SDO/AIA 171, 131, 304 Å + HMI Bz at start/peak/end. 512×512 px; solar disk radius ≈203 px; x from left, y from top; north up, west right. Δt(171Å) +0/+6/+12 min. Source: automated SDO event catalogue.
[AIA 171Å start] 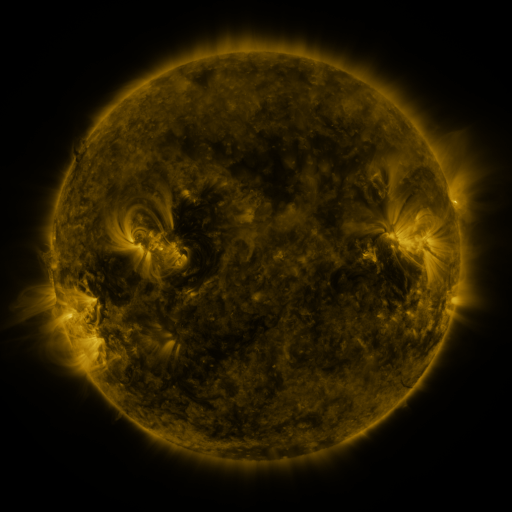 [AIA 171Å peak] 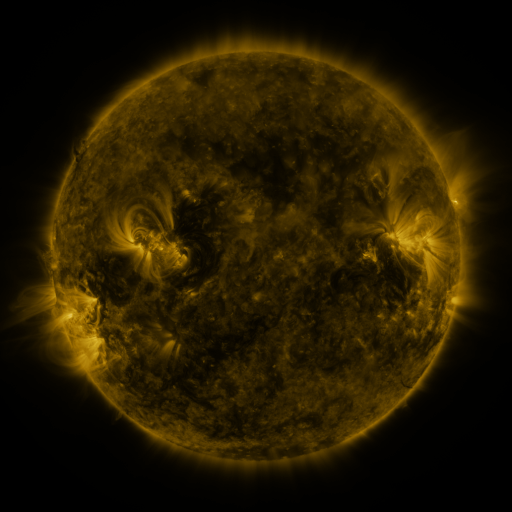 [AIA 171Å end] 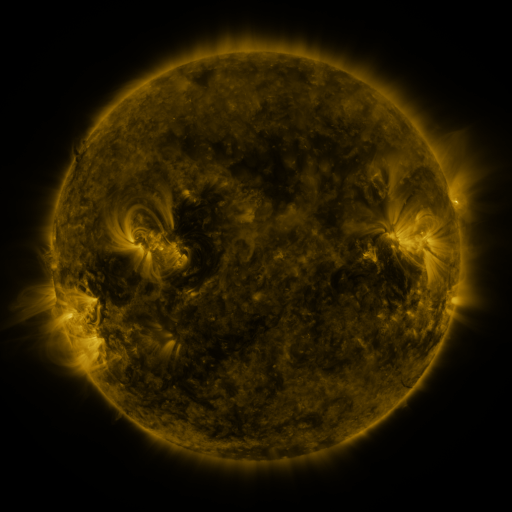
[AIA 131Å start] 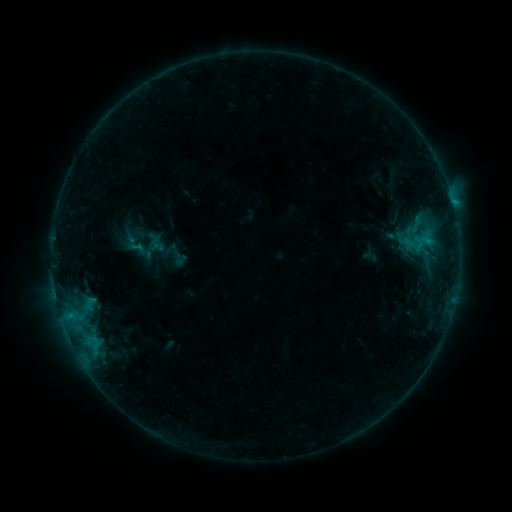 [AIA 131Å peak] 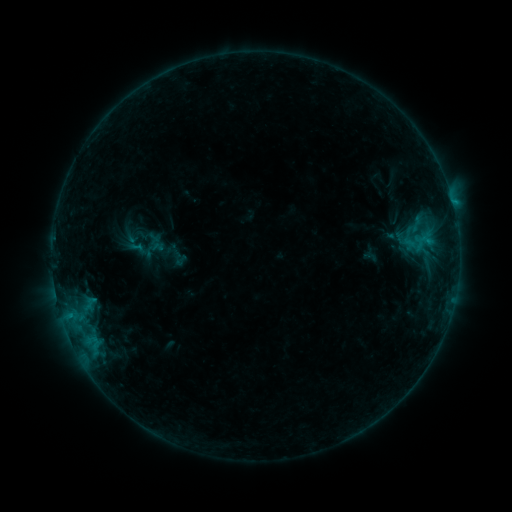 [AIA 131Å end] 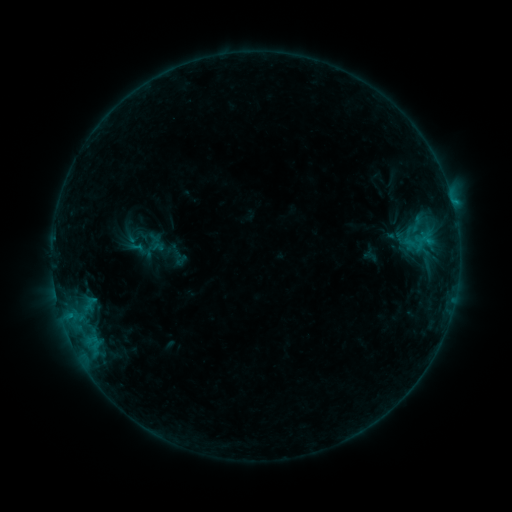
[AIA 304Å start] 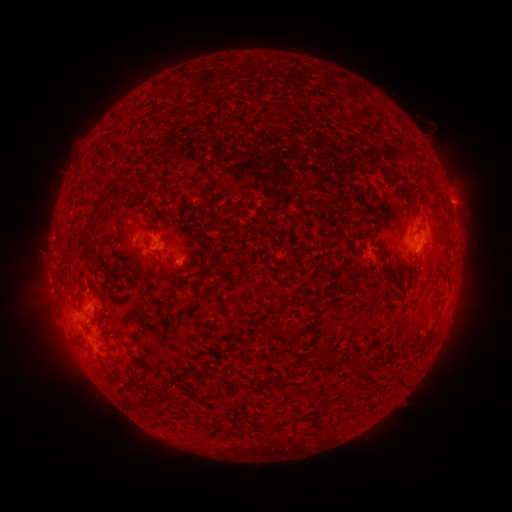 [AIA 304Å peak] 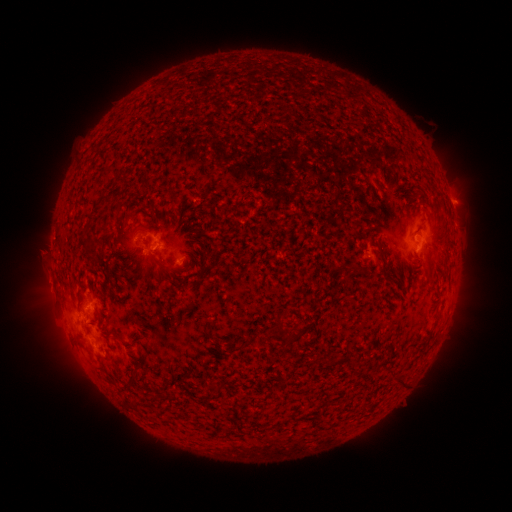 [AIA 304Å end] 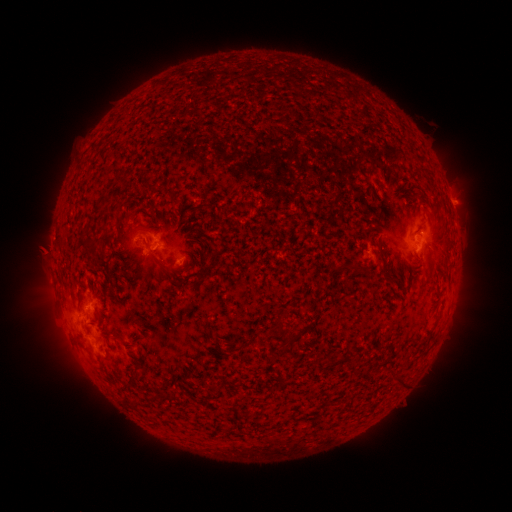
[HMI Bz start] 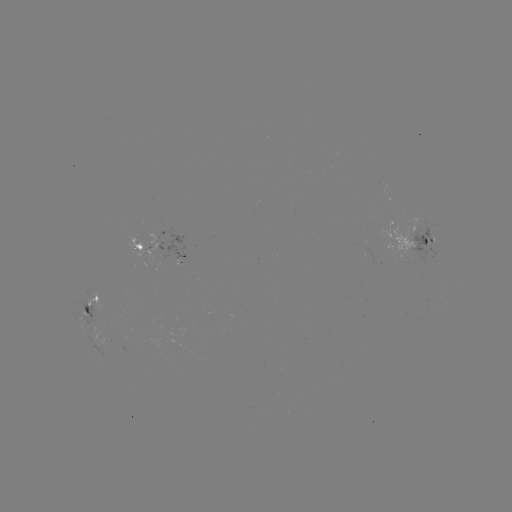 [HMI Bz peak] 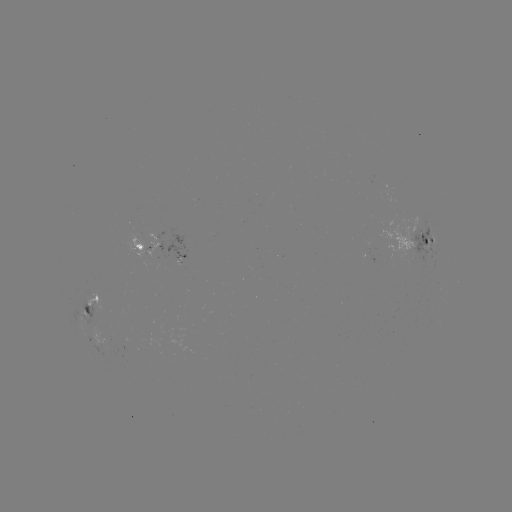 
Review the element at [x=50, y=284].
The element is eruption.